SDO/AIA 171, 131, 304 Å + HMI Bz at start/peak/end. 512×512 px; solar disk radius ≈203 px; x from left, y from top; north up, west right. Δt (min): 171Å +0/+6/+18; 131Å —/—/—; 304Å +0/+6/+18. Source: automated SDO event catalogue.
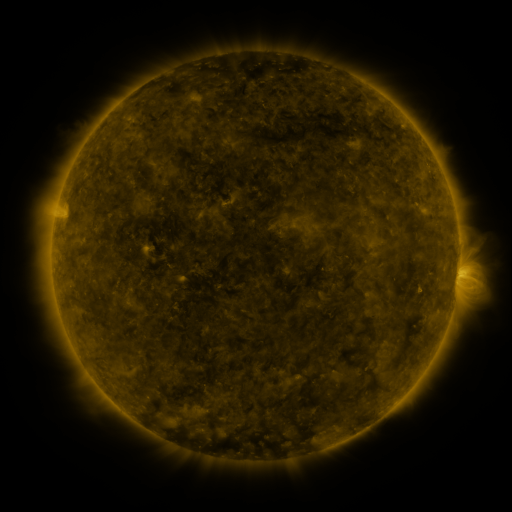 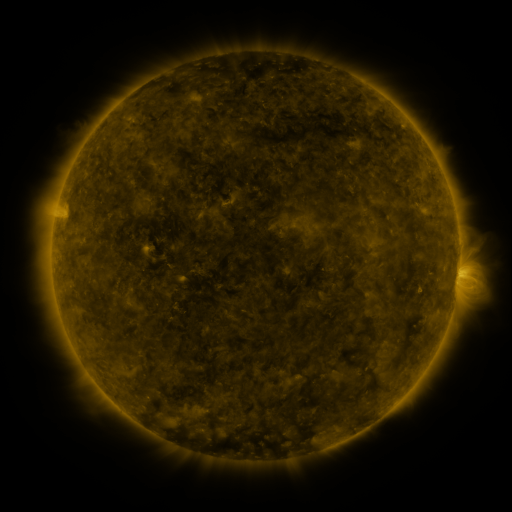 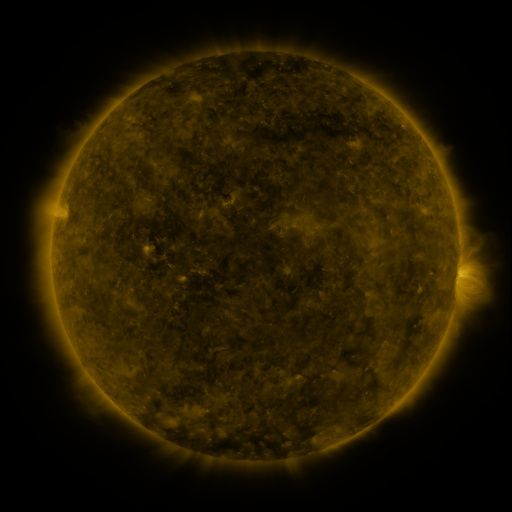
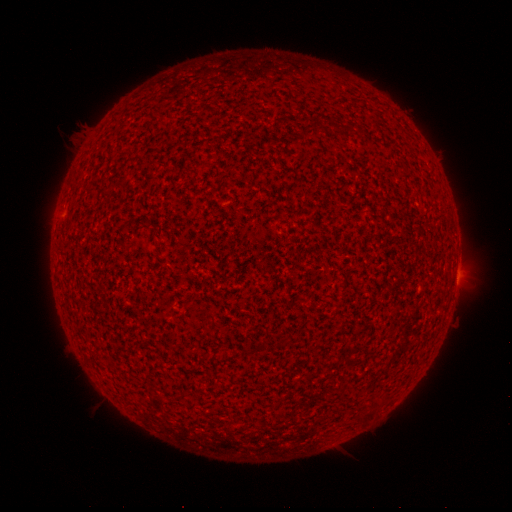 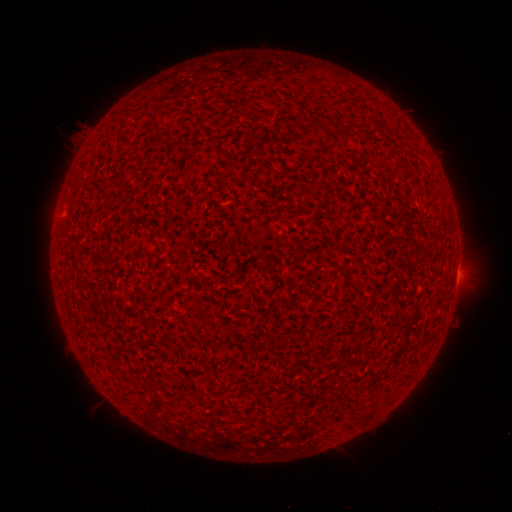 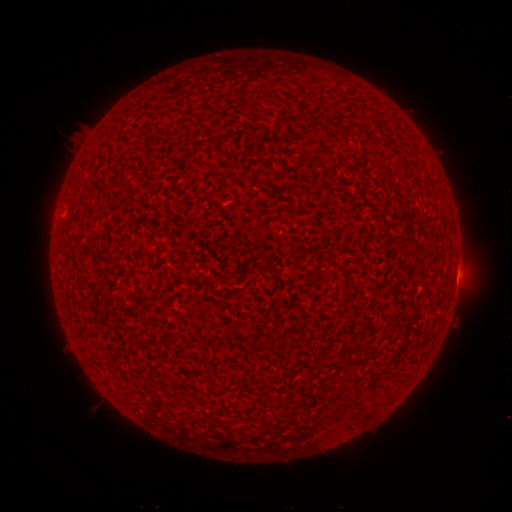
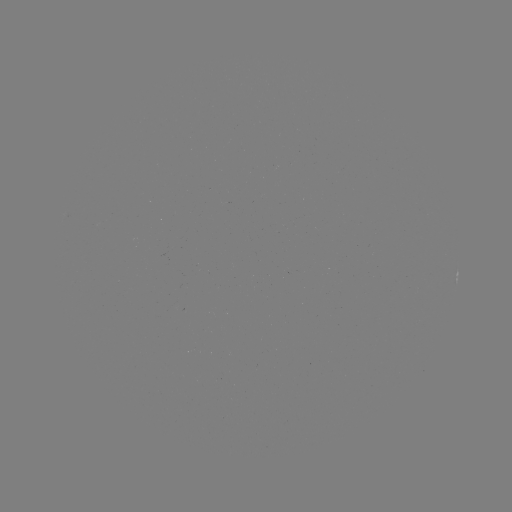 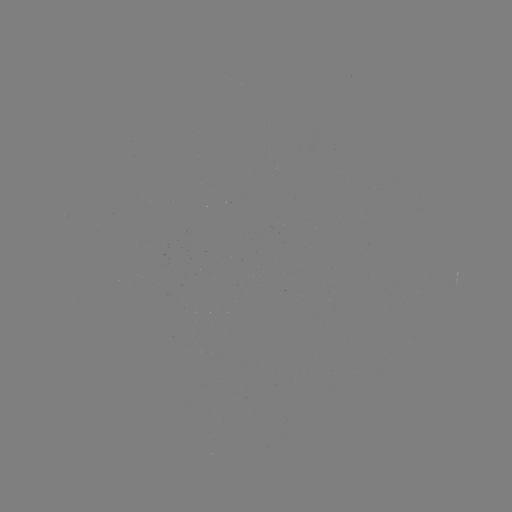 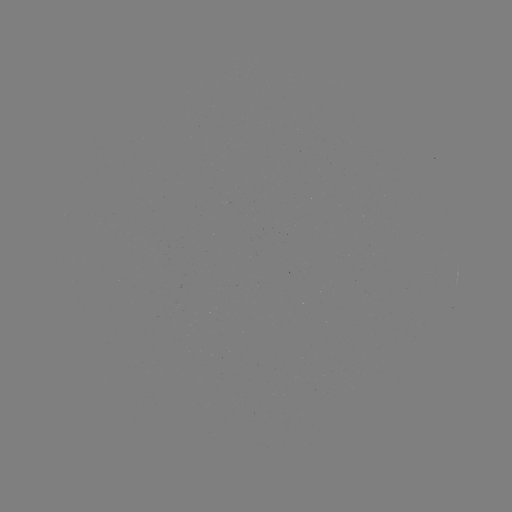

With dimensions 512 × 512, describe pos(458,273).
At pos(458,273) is A8.3 flare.